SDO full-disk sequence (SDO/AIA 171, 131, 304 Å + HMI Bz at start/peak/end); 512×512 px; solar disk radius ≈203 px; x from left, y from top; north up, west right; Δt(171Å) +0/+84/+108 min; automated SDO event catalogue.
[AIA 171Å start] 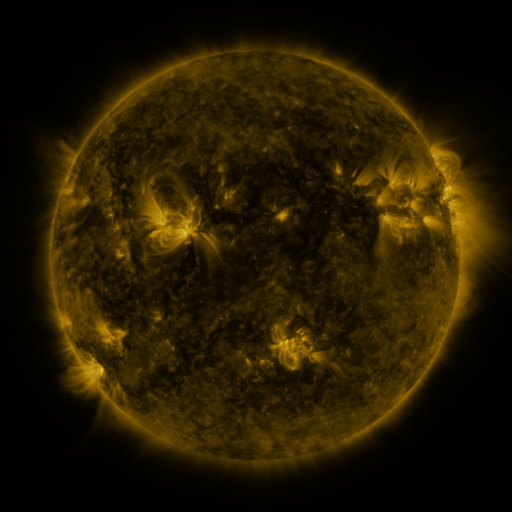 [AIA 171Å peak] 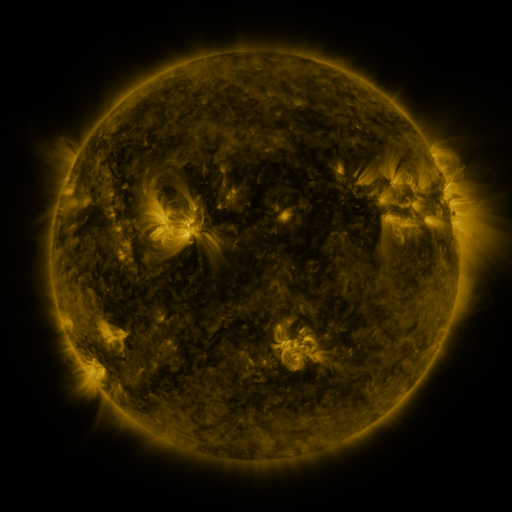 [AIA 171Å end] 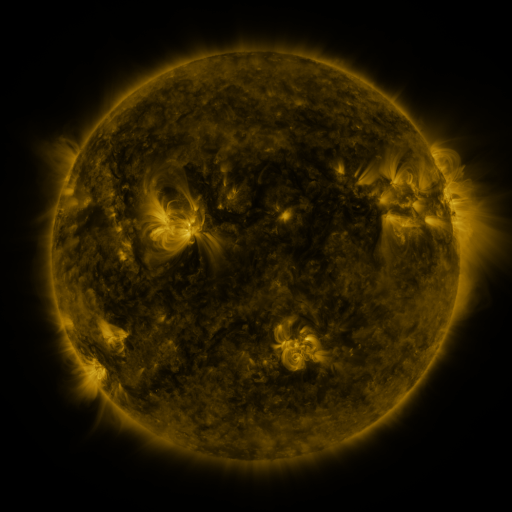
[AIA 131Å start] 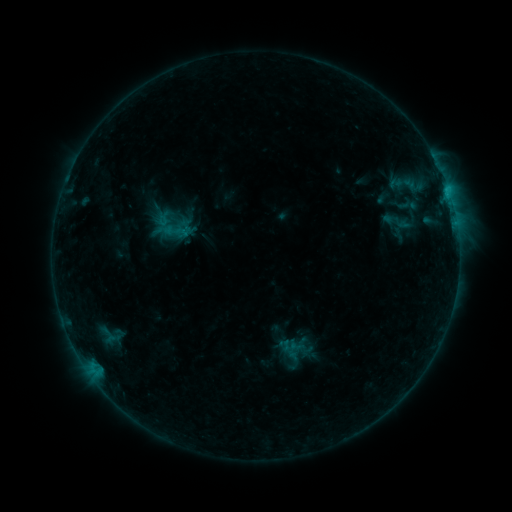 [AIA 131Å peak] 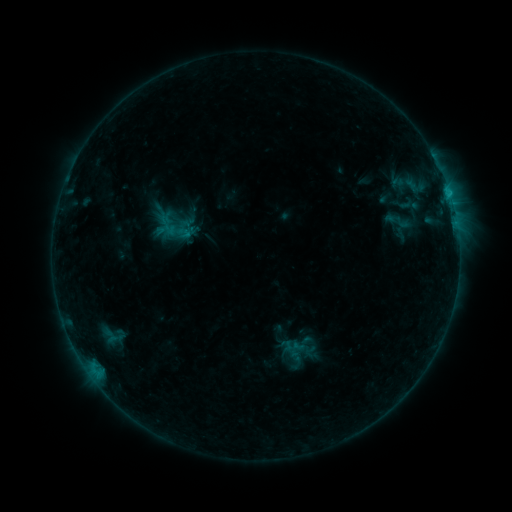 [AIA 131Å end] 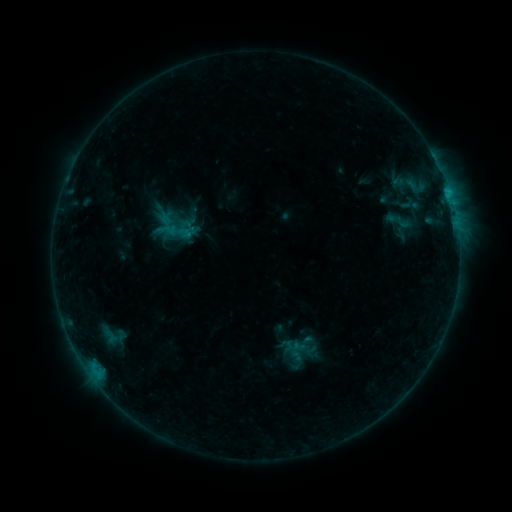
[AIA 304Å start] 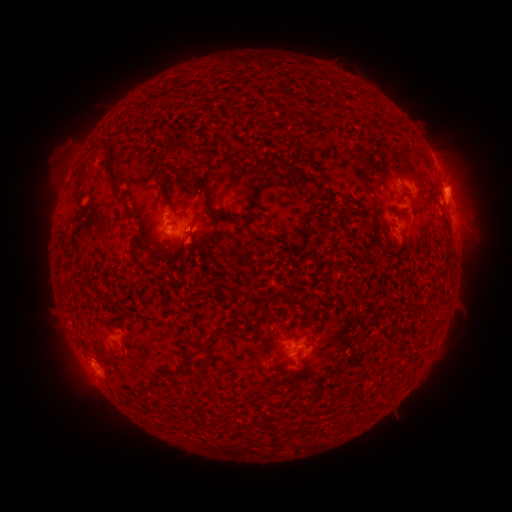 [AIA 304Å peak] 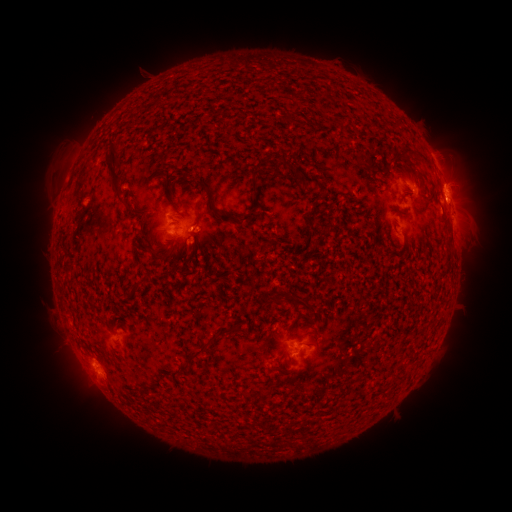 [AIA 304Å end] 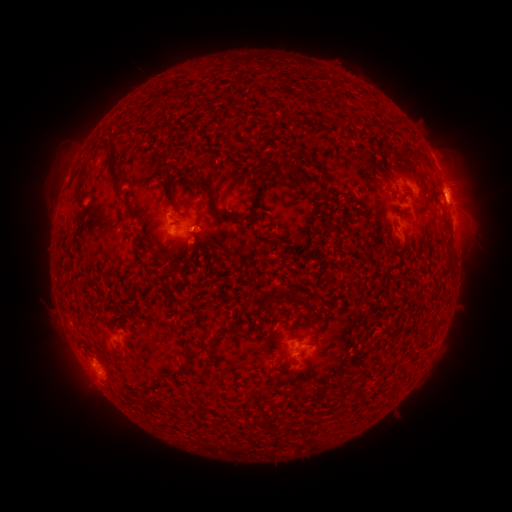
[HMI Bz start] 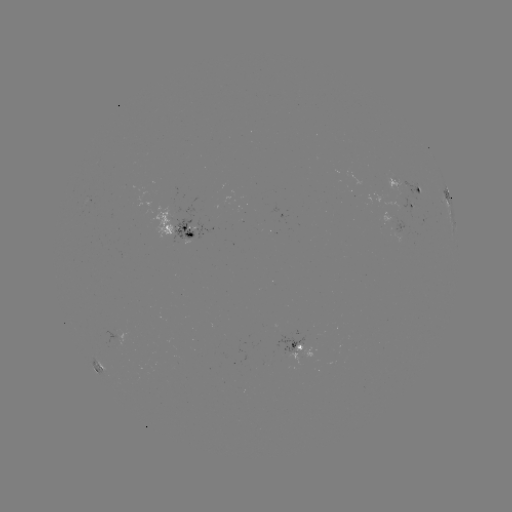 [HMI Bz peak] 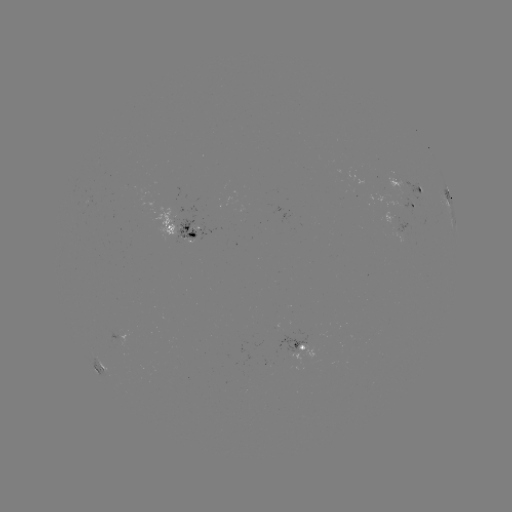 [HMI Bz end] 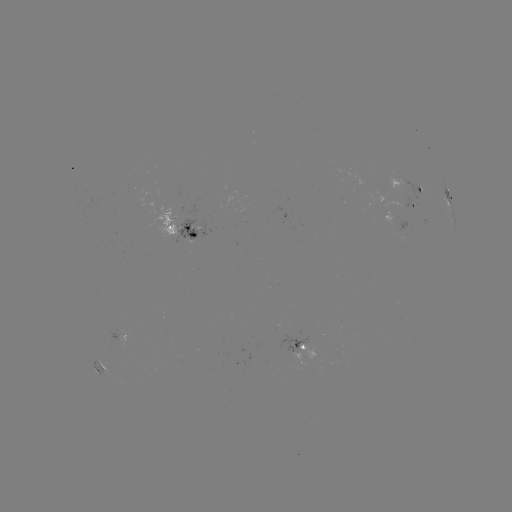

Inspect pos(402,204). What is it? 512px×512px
emerging-flux region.